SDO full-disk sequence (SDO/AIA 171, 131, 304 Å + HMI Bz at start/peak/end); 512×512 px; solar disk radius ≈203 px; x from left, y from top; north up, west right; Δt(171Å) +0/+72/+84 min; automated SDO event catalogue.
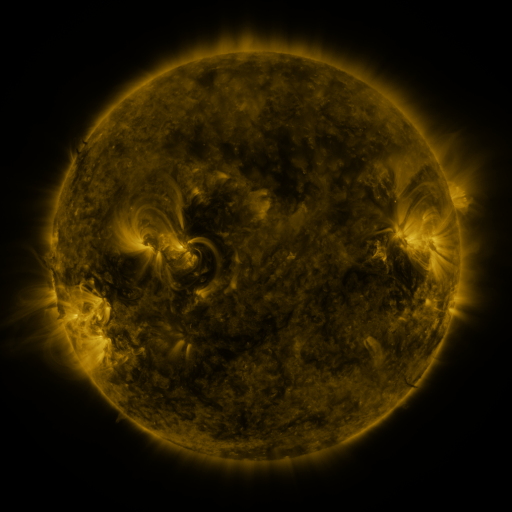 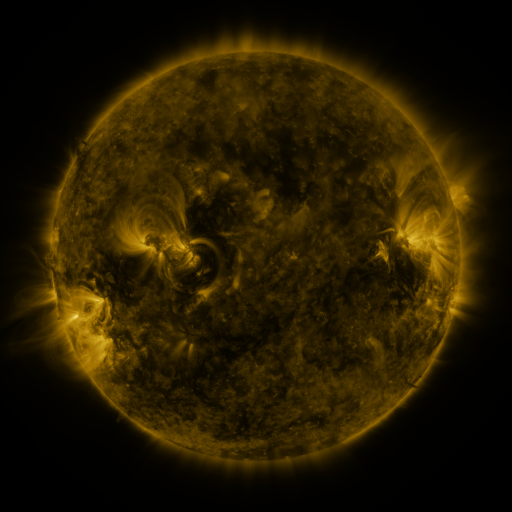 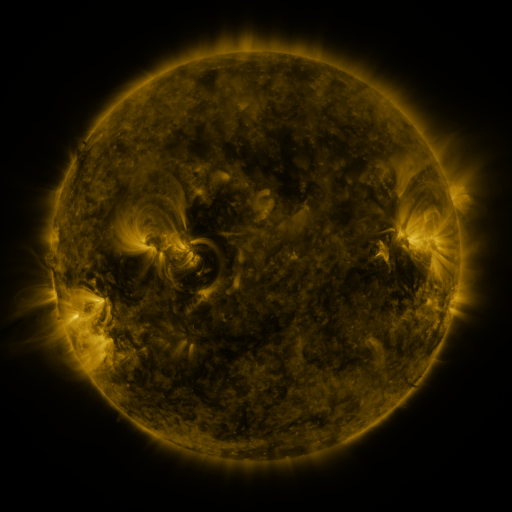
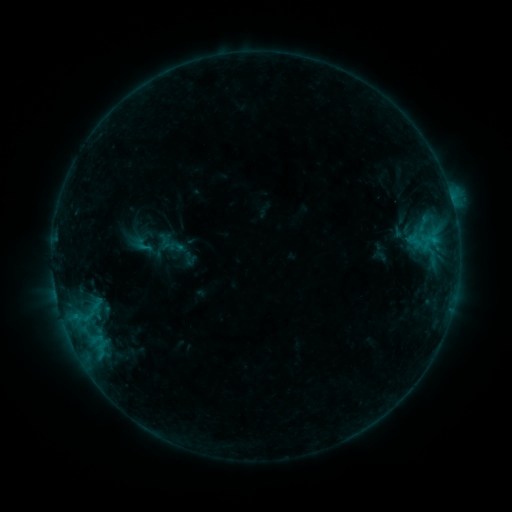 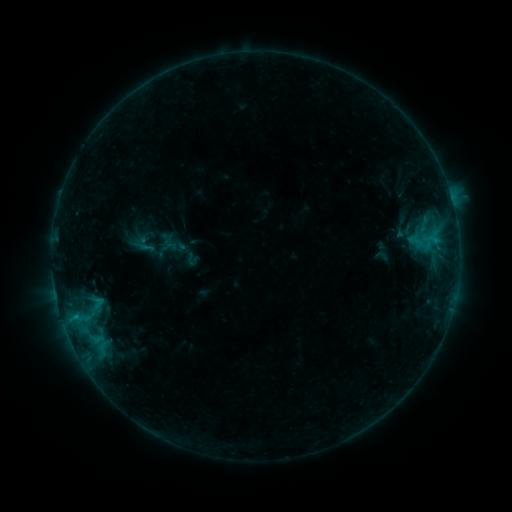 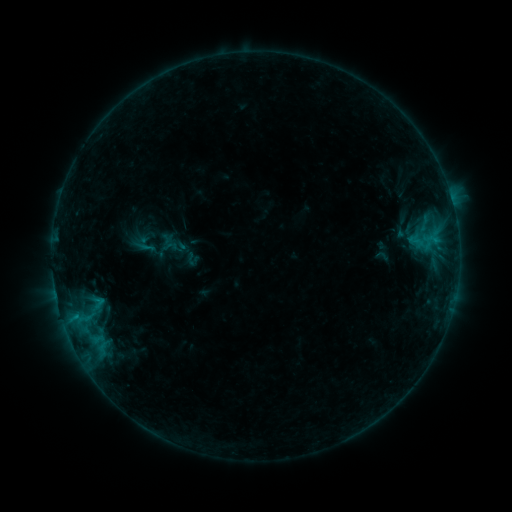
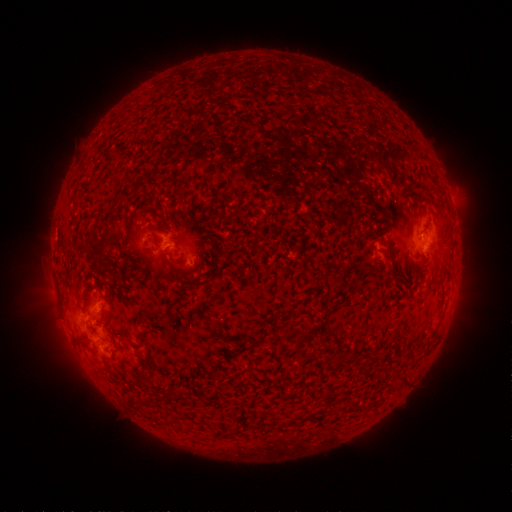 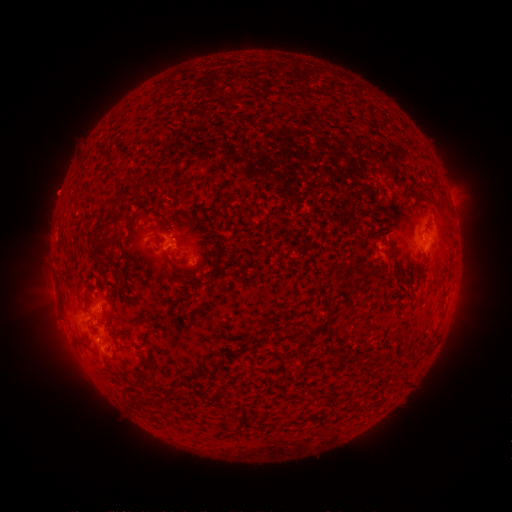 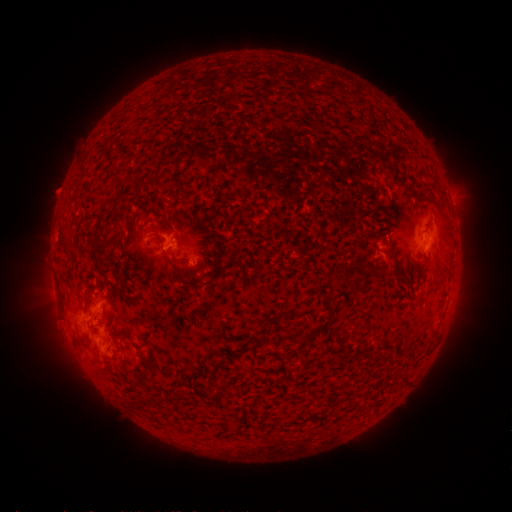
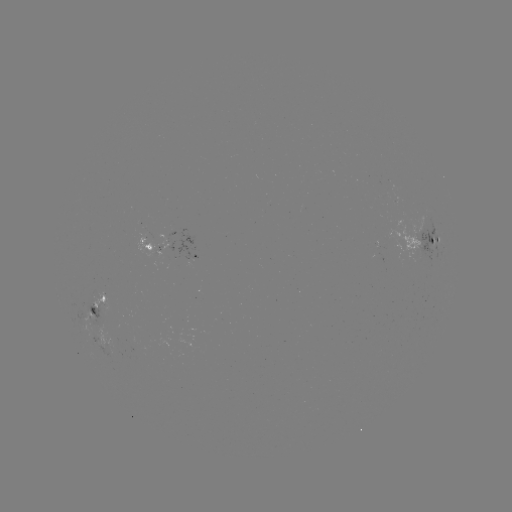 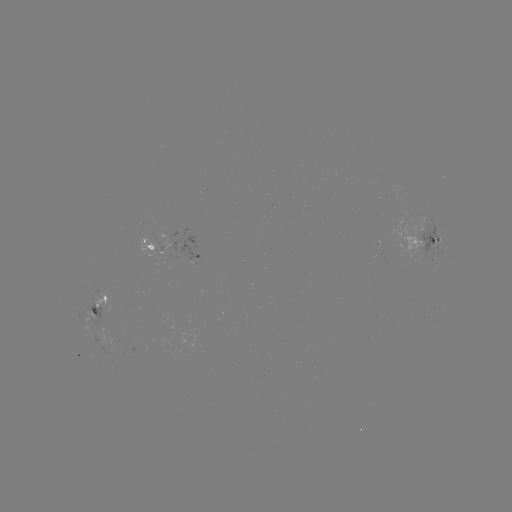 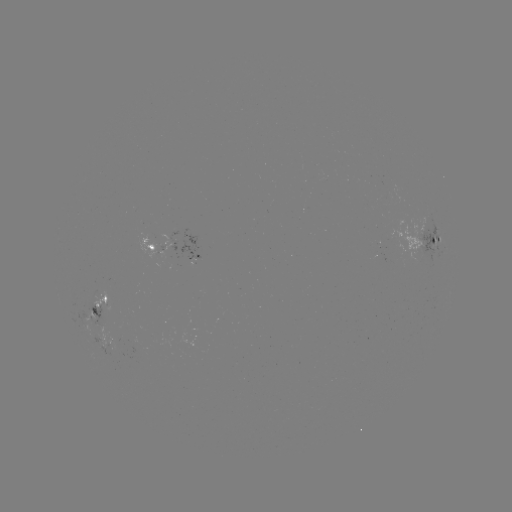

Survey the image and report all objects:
emerging-flux region: (110, 351)
